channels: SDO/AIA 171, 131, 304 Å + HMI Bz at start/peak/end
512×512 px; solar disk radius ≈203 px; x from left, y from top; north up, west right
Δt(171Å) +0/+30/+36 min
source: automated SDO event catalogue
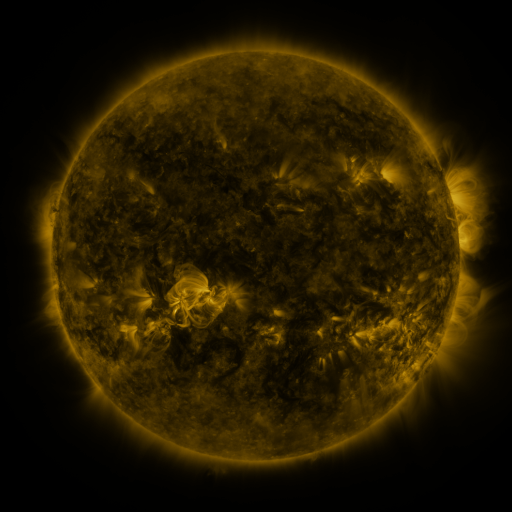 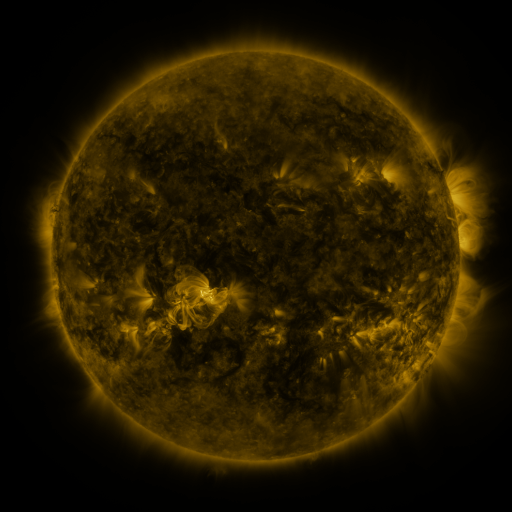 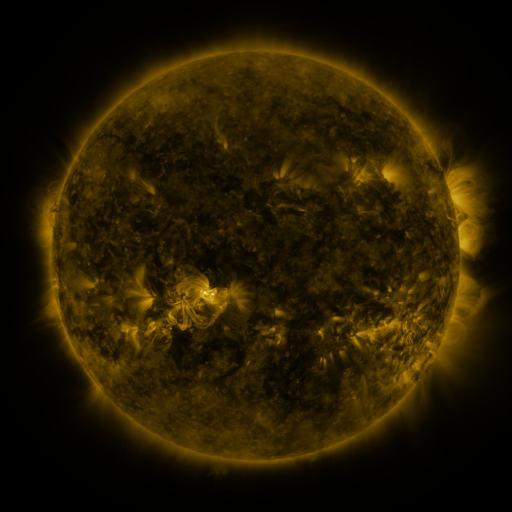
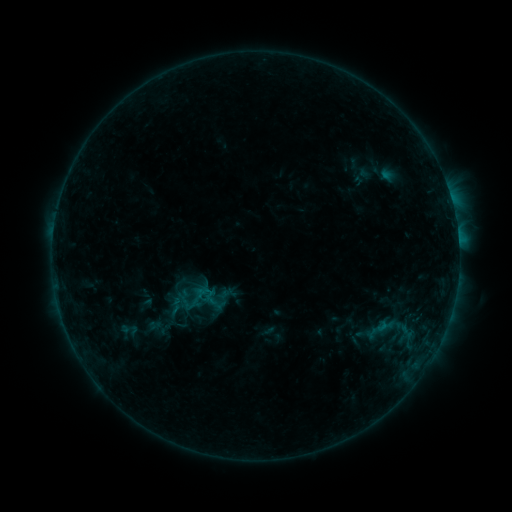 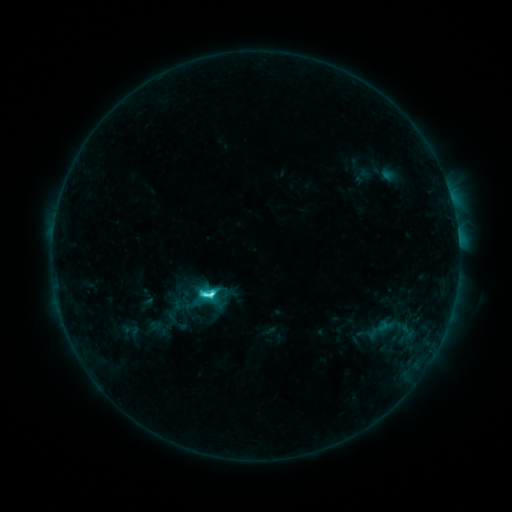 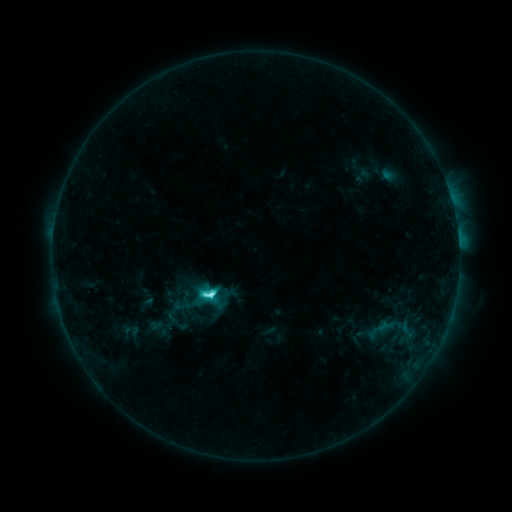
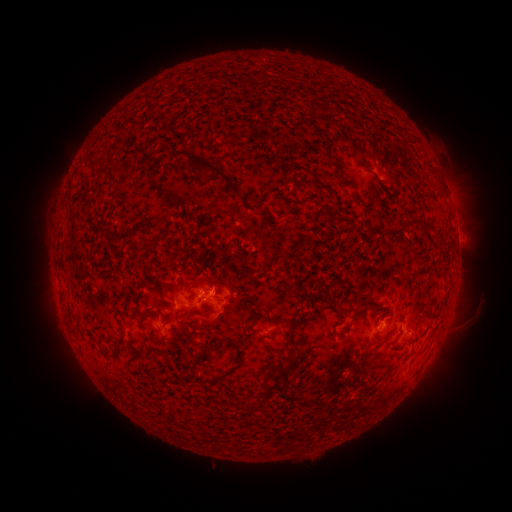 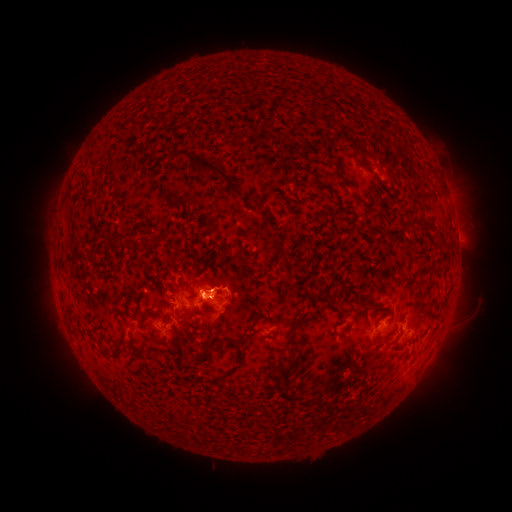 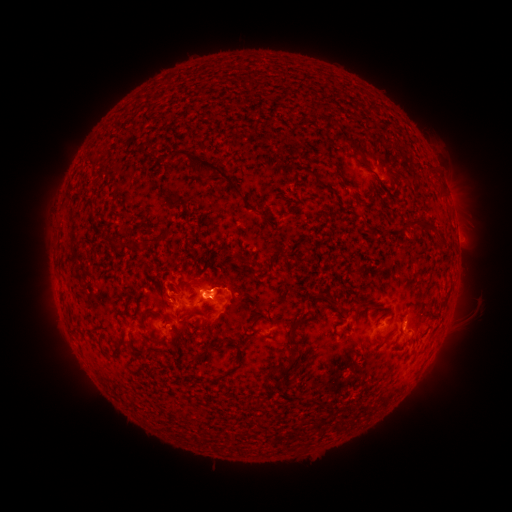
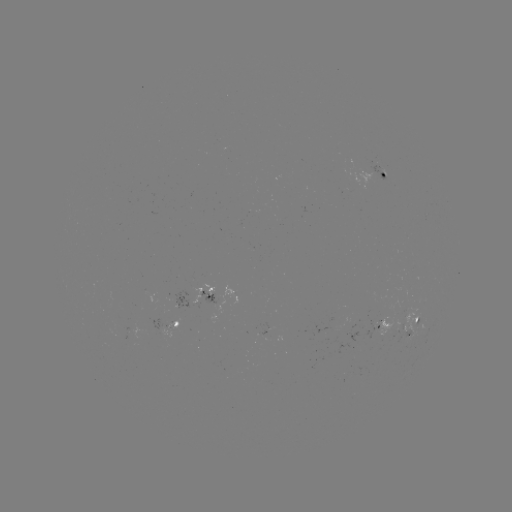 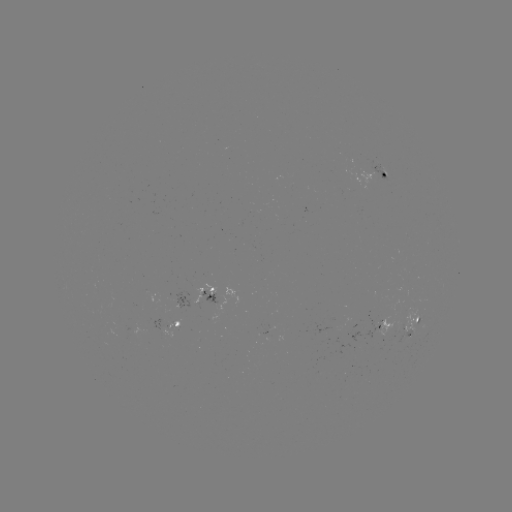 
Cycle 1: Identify C5.0 flare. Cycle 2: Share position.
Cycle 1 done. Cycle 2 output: [214, 293].